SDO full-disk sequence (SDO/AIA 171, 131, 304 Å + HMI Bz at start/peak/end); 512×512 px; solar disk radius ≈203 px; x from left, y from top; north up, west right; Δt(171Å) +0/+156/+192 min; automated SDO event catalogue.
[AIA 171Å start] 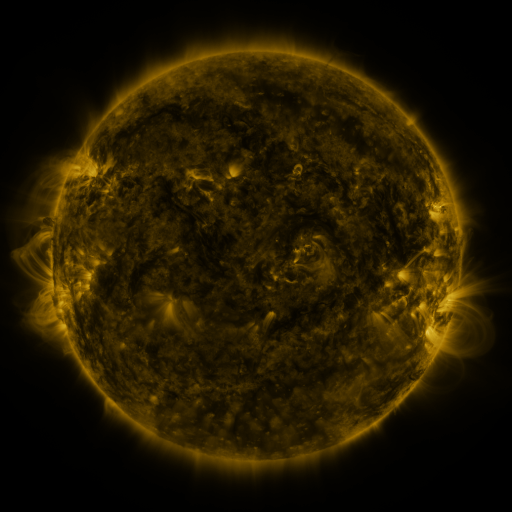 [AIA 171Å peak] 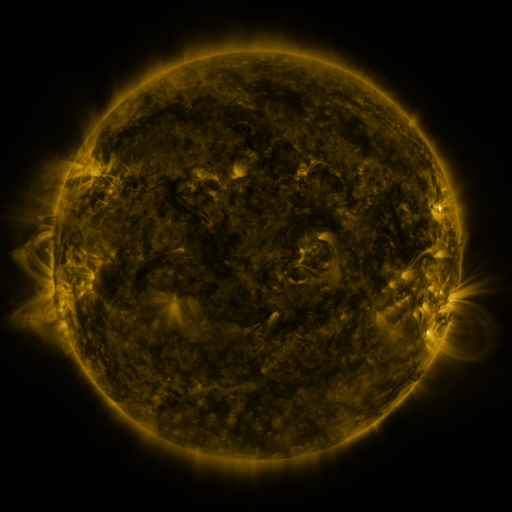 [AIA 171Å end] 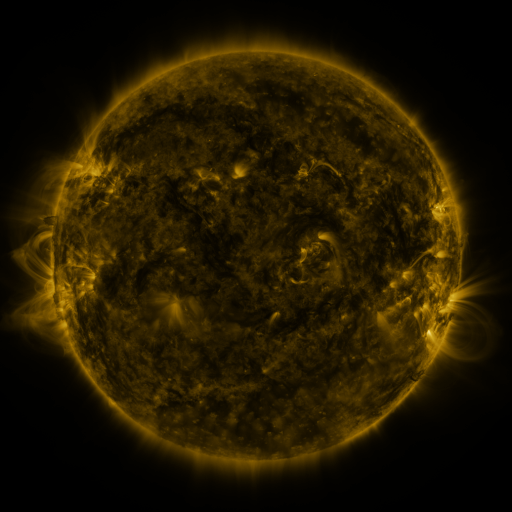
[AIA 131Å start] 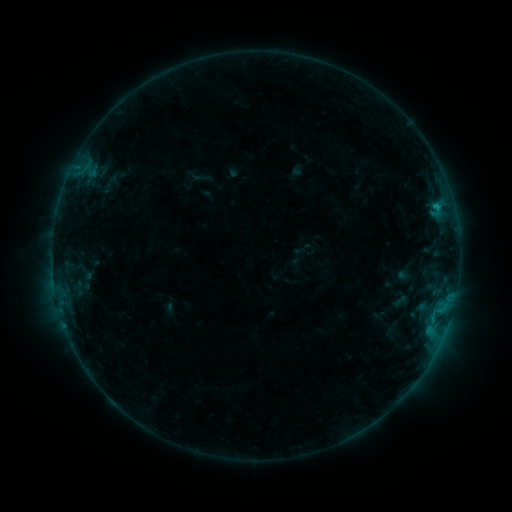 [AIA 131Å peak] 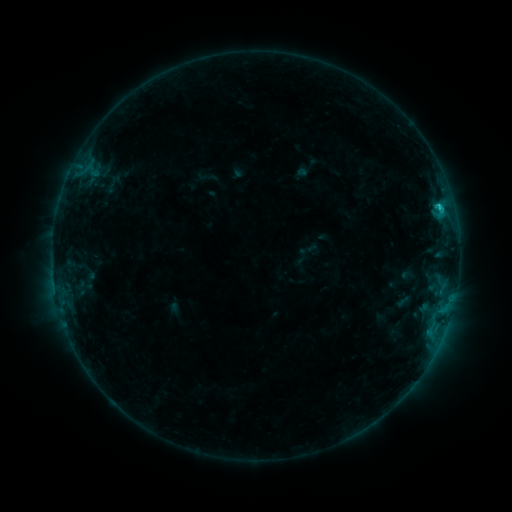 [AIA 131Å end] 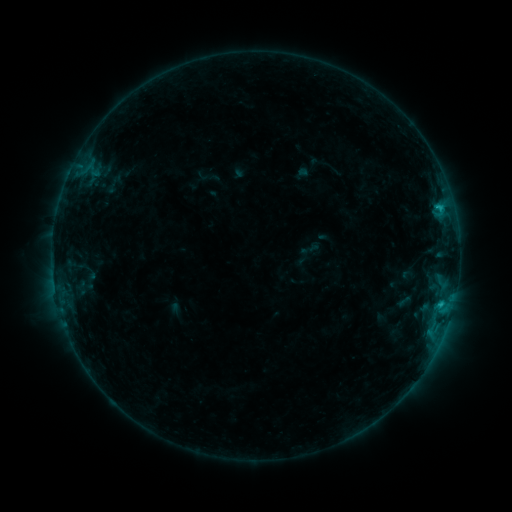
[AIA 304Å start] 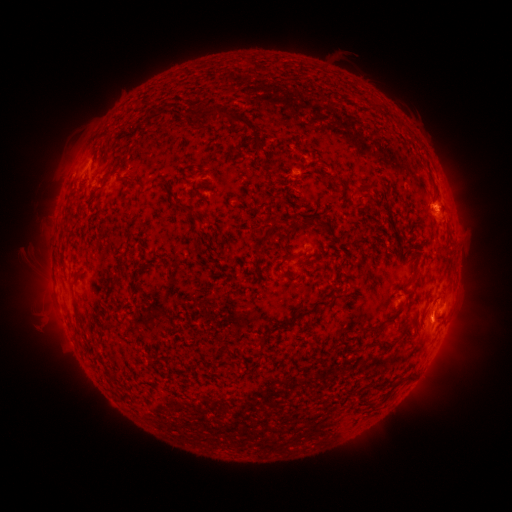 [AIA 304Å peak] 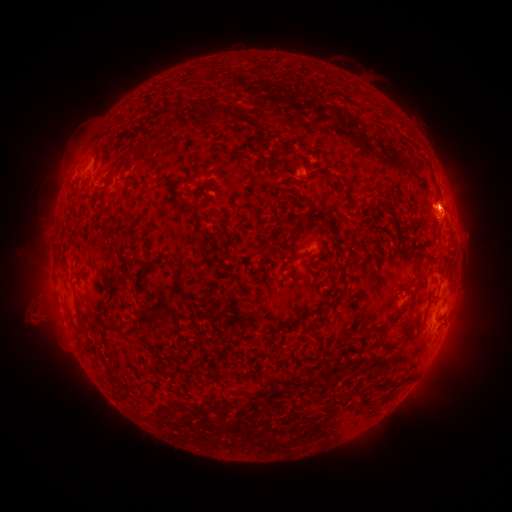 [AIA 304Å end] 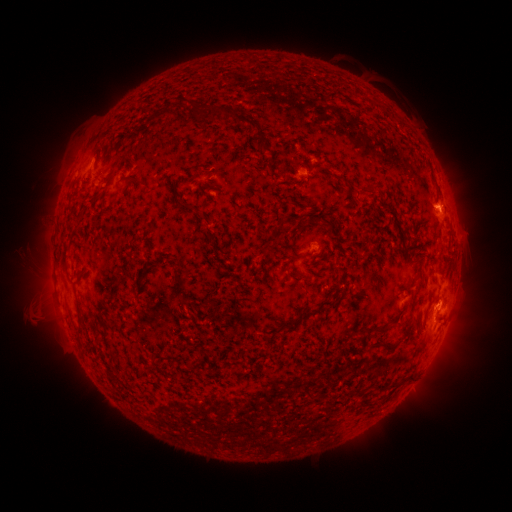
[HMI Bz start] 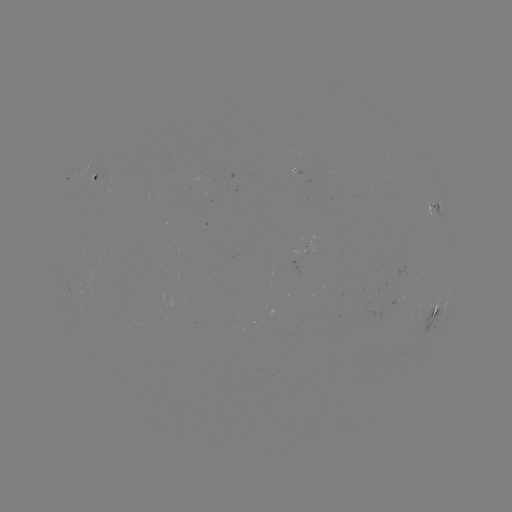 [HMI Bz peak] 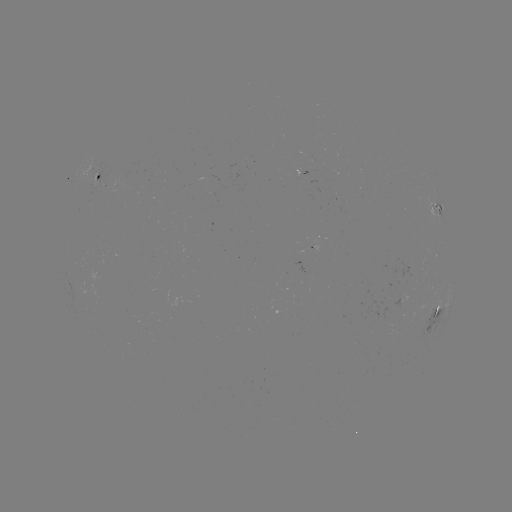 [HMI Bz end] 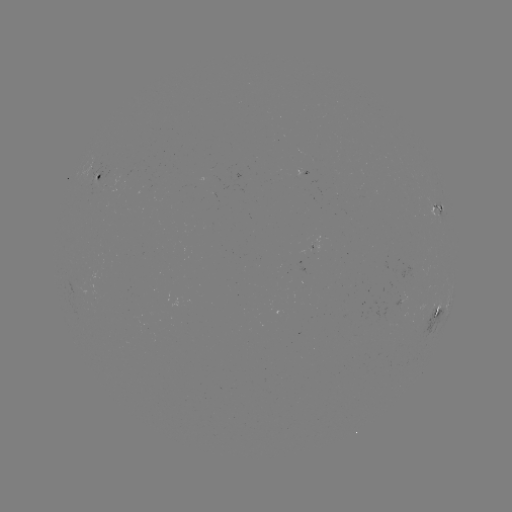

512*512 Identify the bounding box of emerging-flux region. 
[309, 236, 317, 252].